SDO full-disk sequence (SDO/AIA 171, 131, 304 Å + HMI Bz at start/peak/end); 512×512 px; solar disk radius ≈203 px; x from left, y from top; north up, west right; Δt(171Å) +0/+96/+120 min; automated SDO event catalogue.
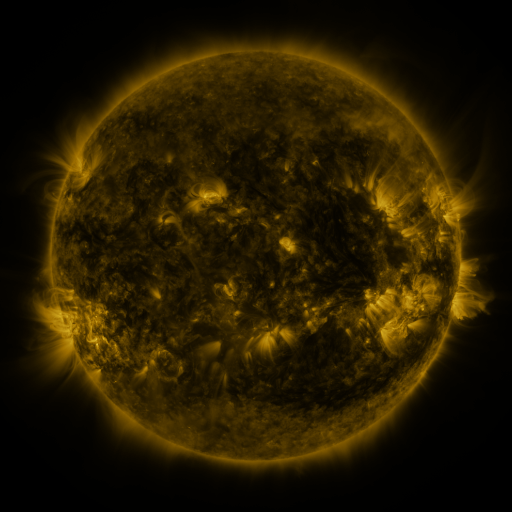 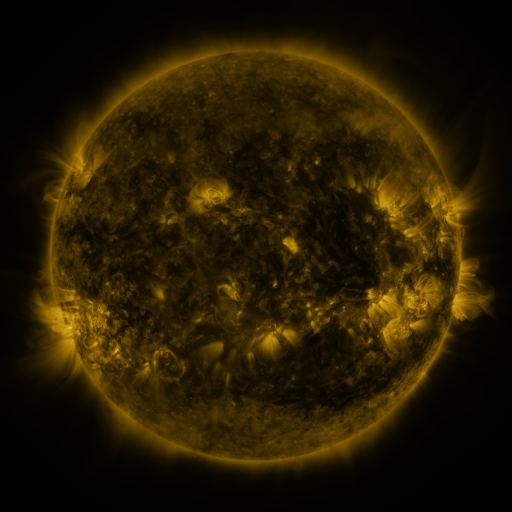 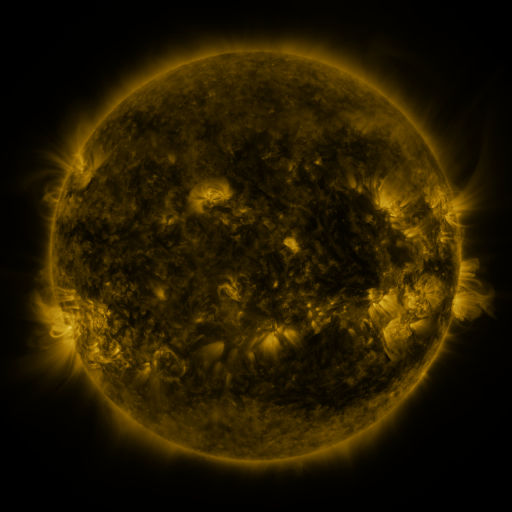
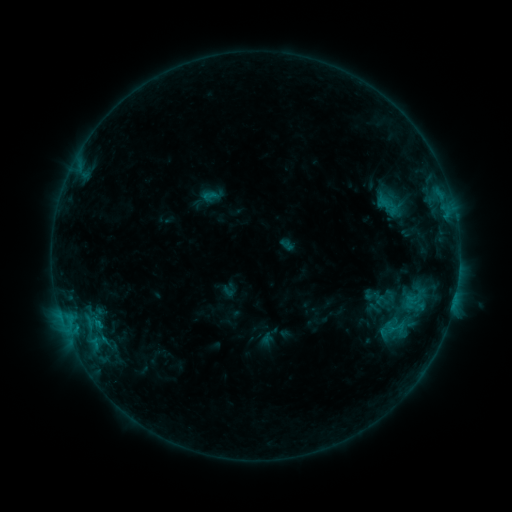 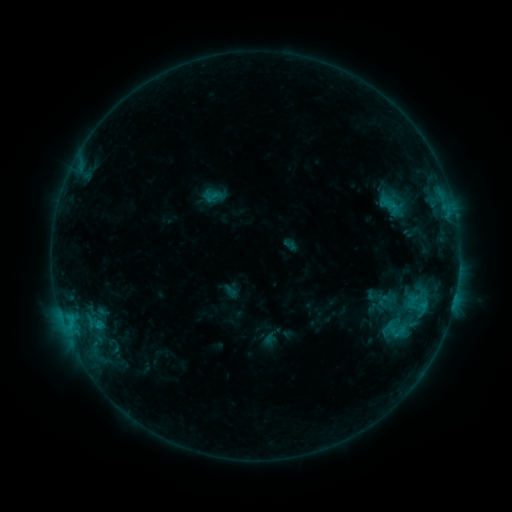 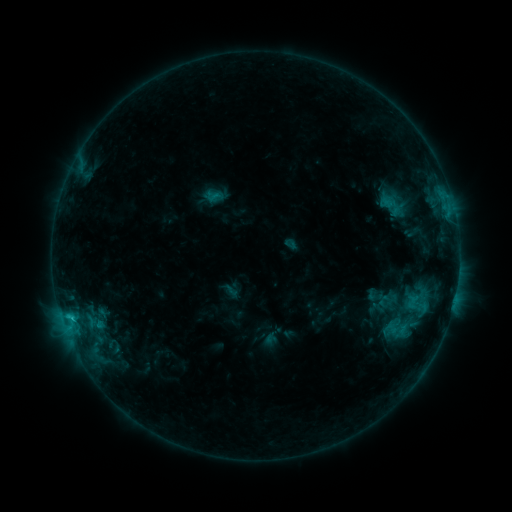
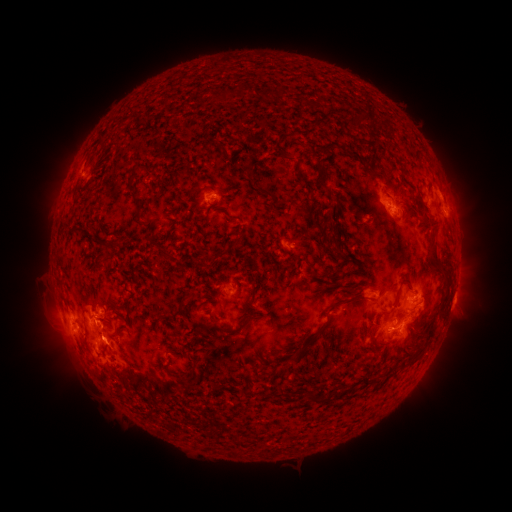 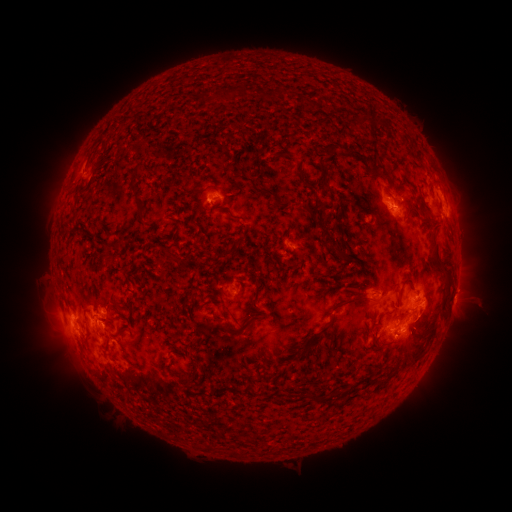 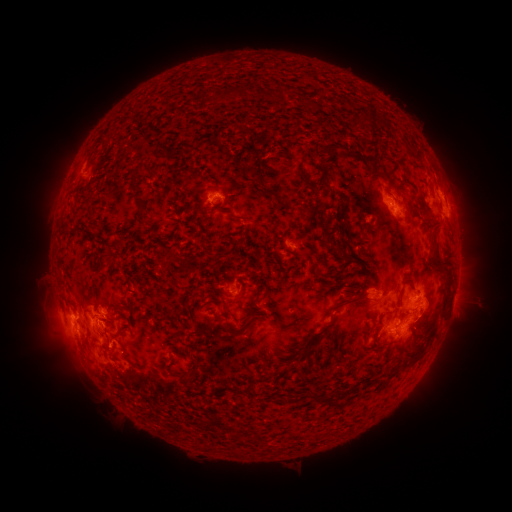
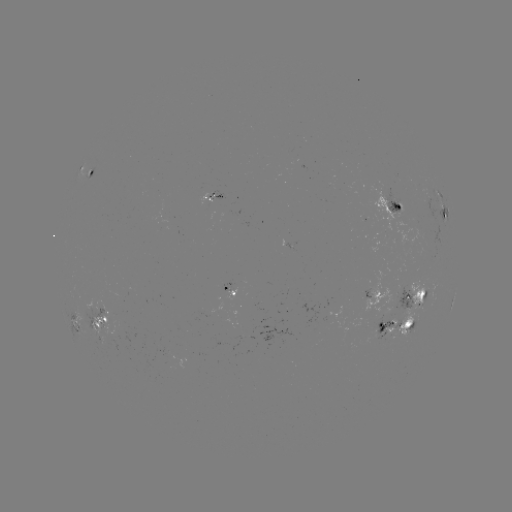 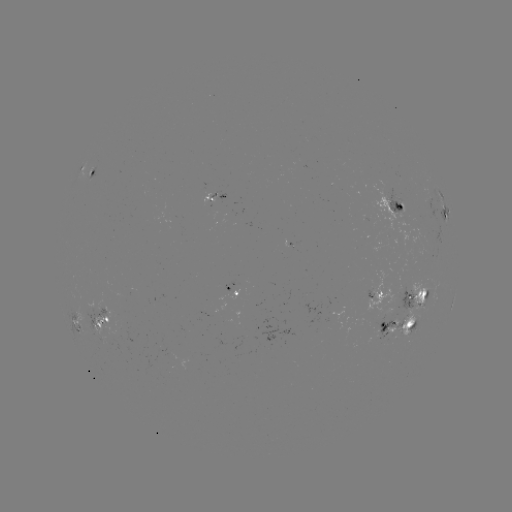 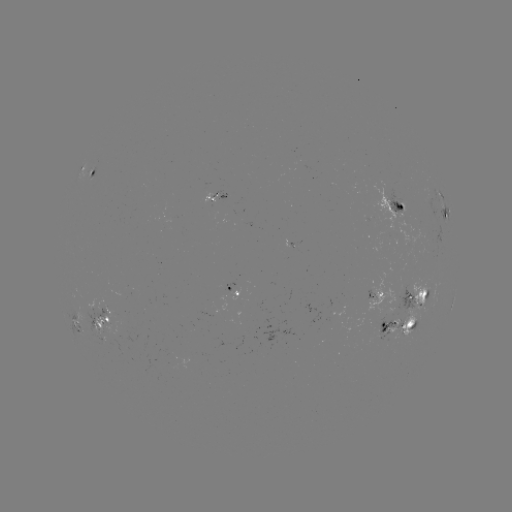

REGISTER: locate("emerging-flux region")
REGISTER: [415, 316]